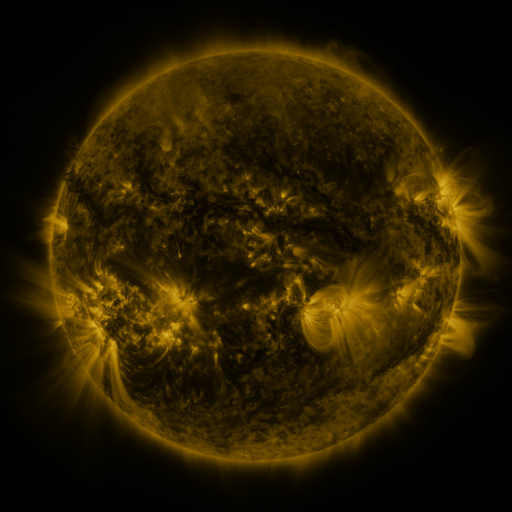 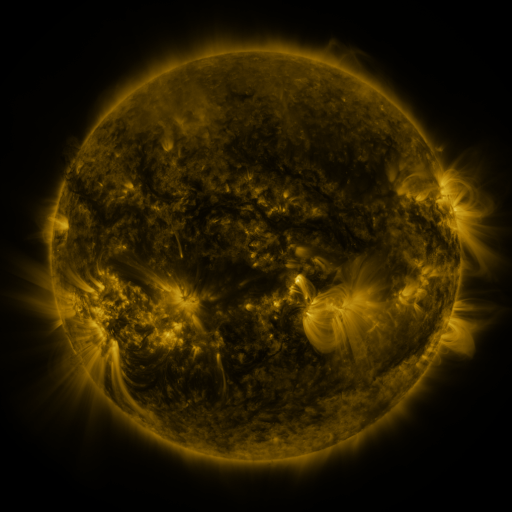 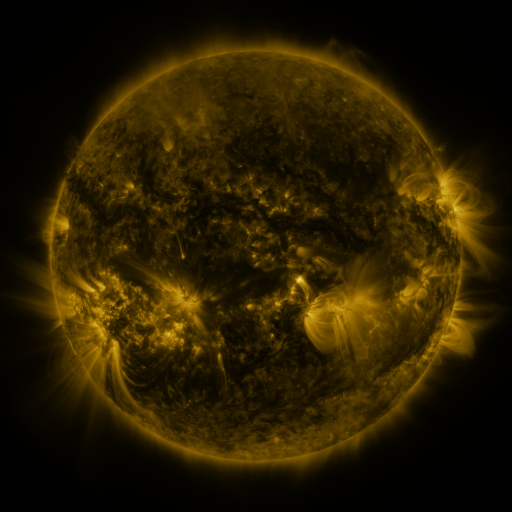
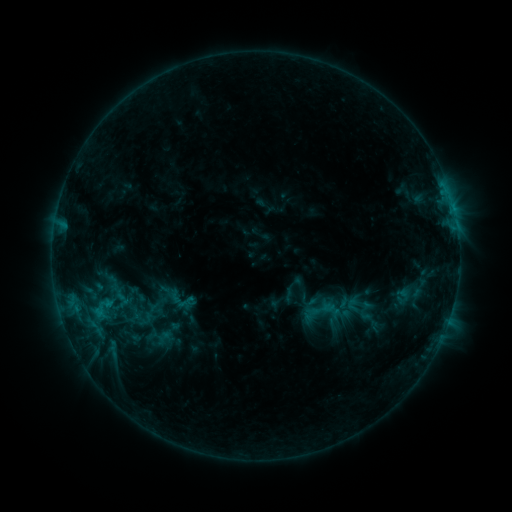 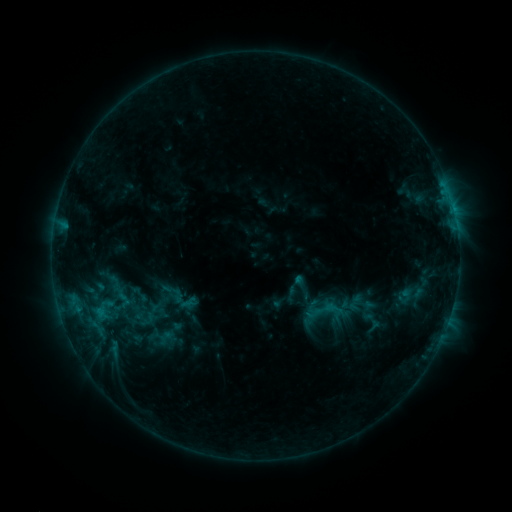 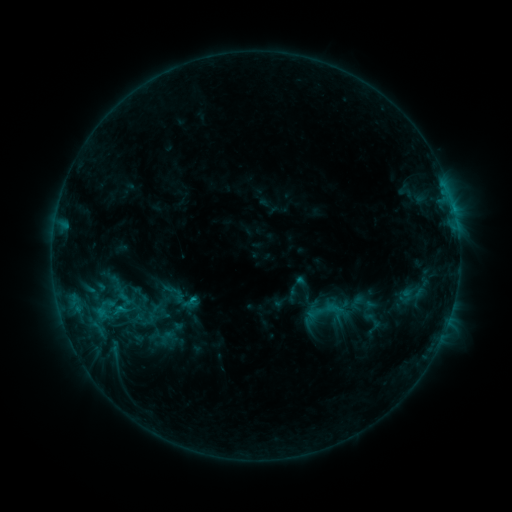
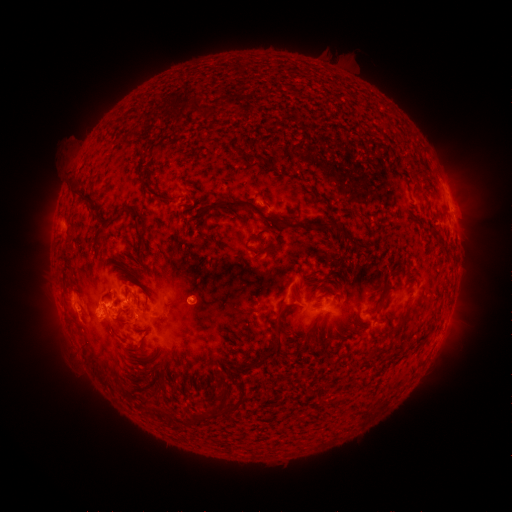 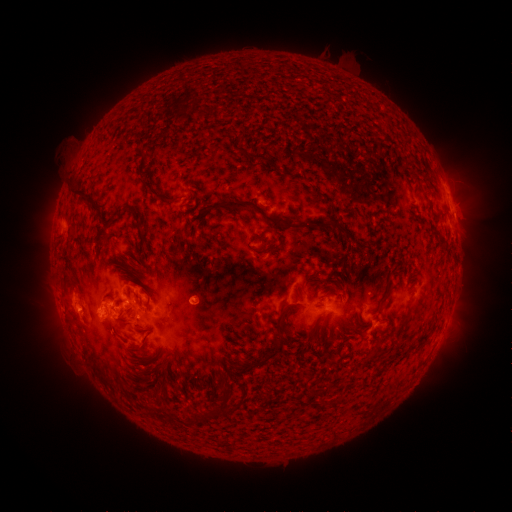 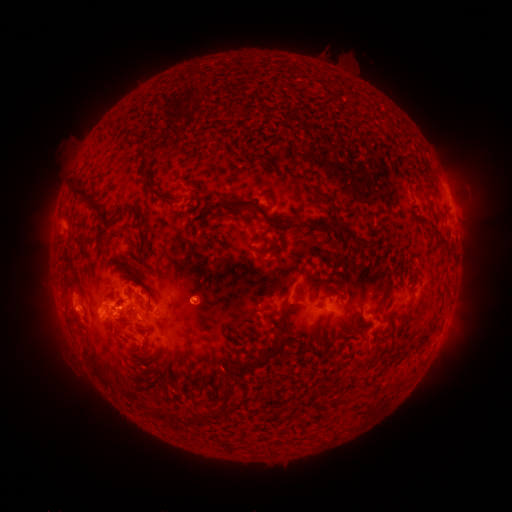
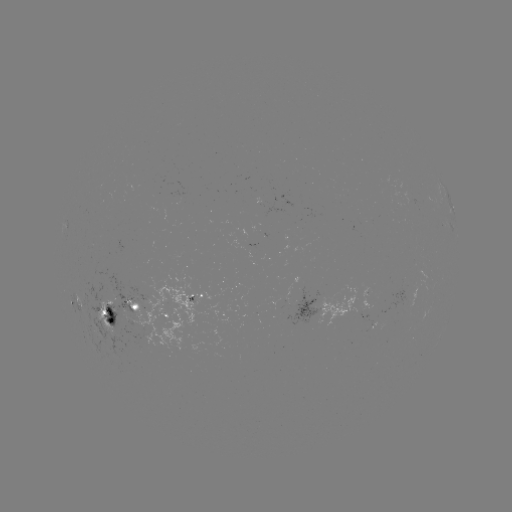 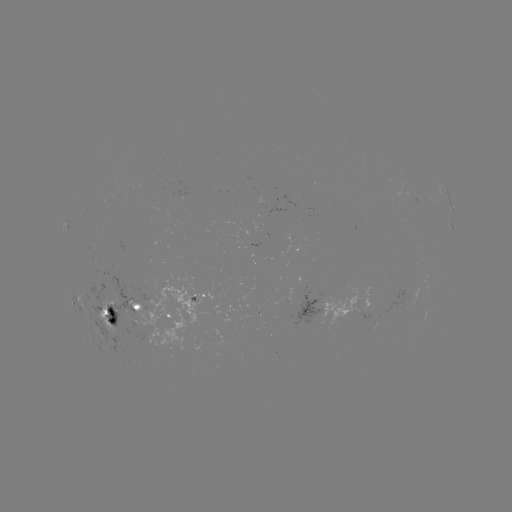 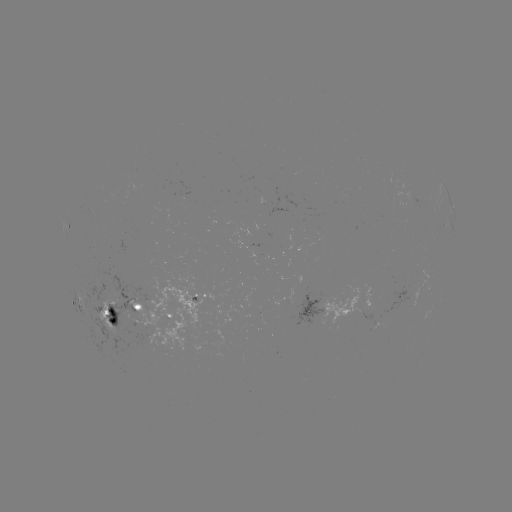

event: emerging-flux region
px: (330, 300)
